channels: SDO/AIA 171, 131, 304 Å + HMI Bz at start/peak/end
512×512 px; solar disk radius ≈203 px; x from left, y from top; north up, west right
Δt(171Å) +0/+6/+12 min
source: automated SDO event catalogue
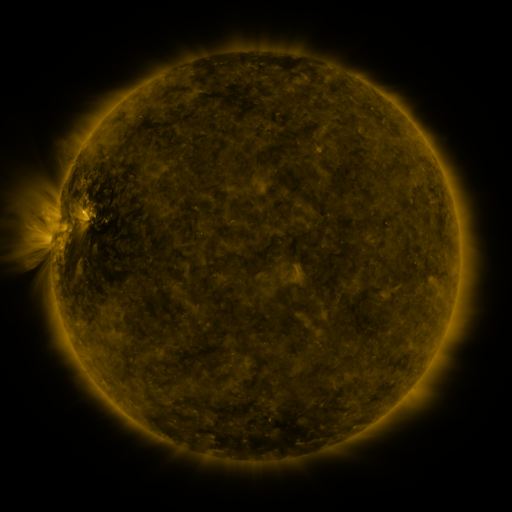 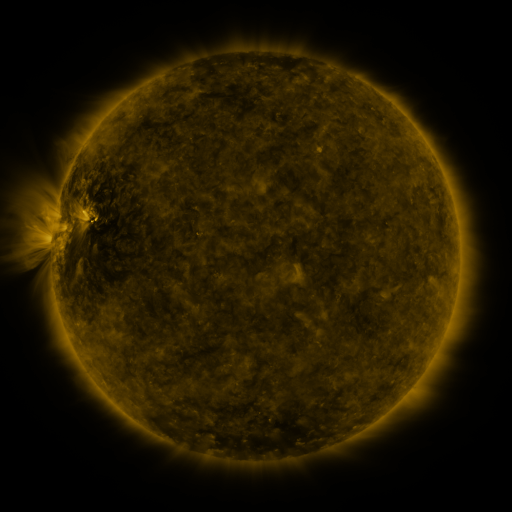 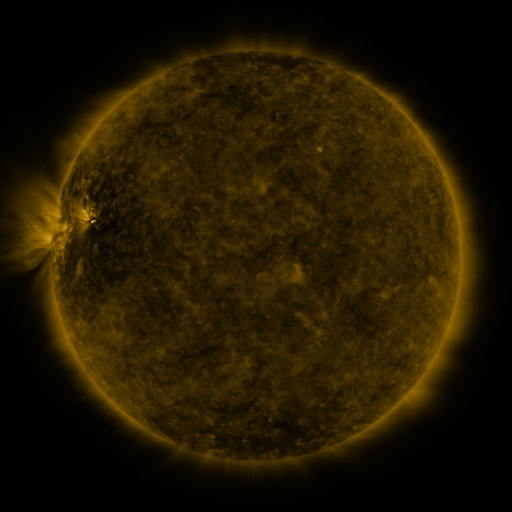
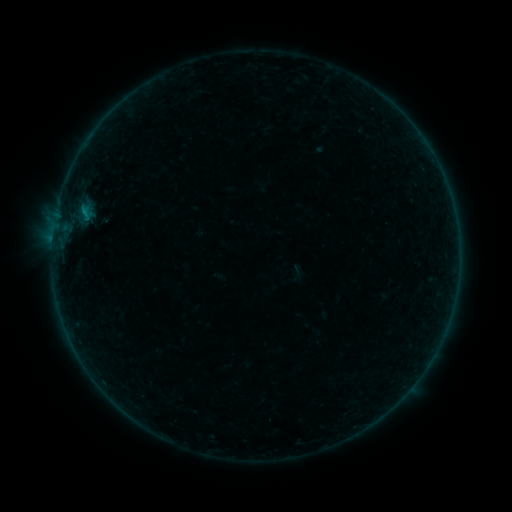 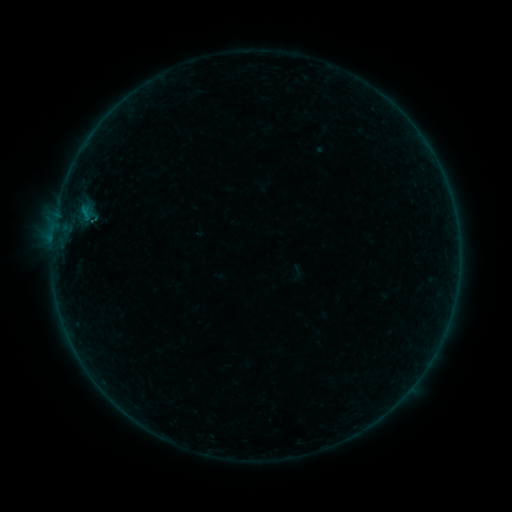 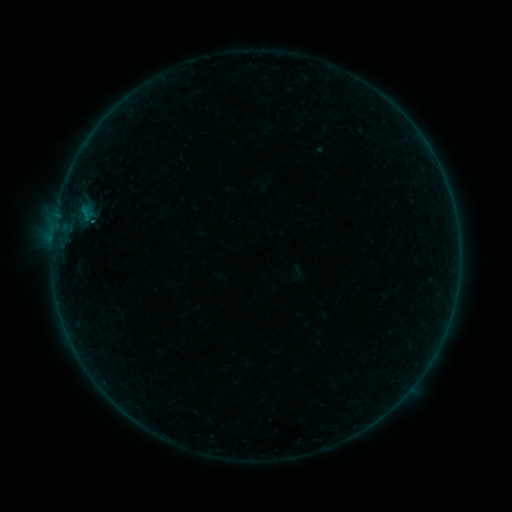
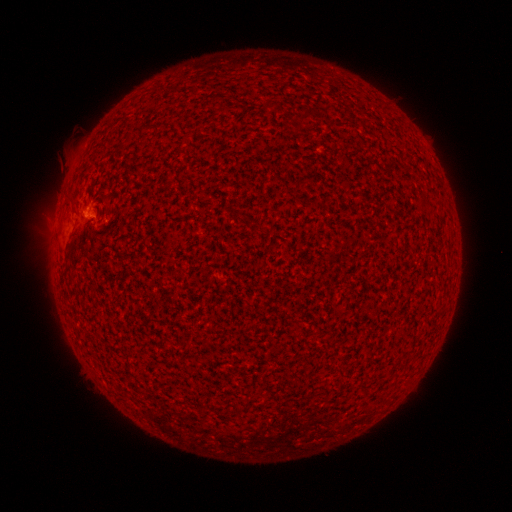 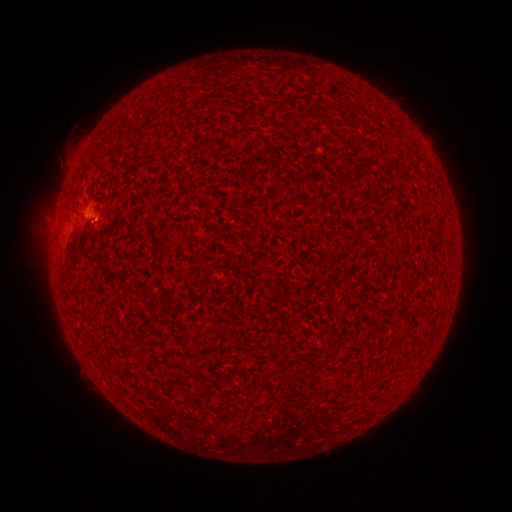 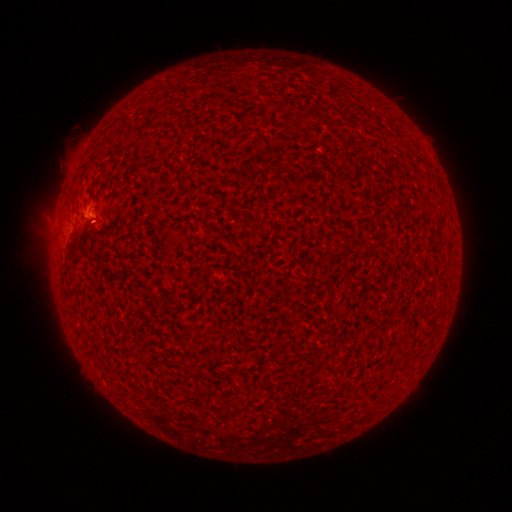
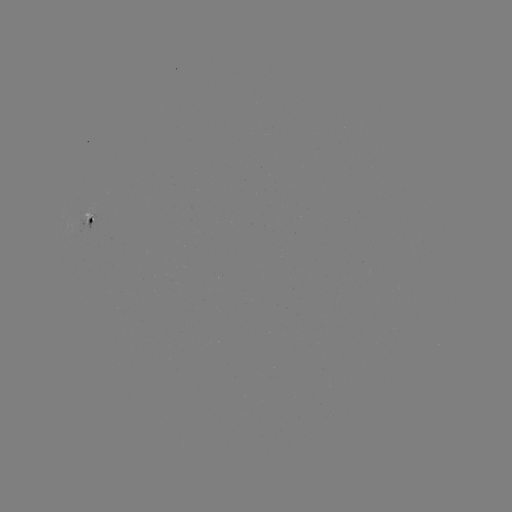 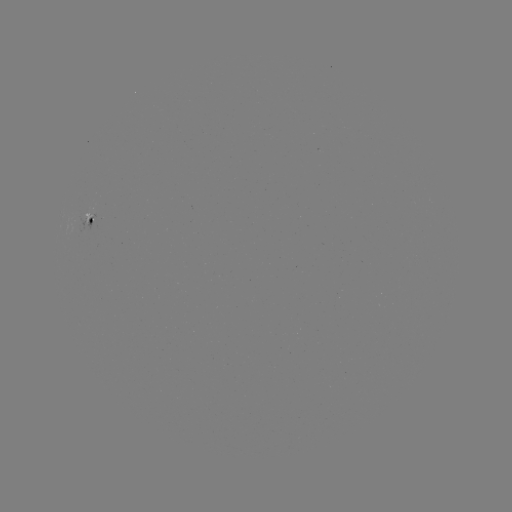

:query B4.4 flare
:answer [94, 223]